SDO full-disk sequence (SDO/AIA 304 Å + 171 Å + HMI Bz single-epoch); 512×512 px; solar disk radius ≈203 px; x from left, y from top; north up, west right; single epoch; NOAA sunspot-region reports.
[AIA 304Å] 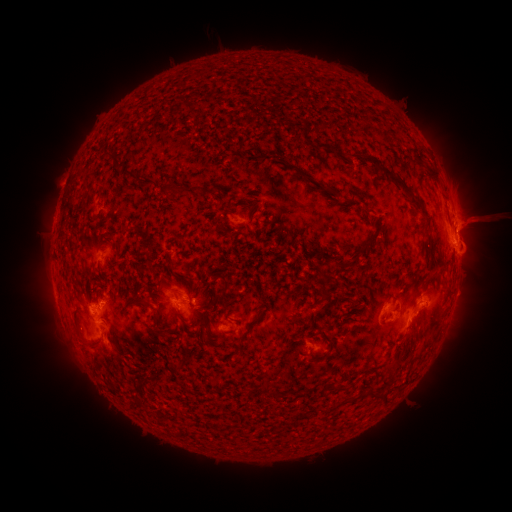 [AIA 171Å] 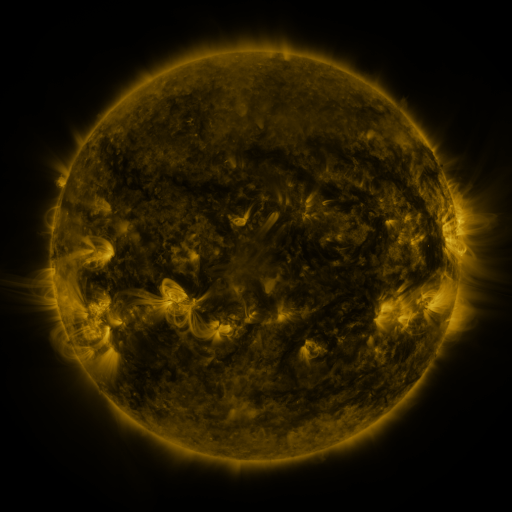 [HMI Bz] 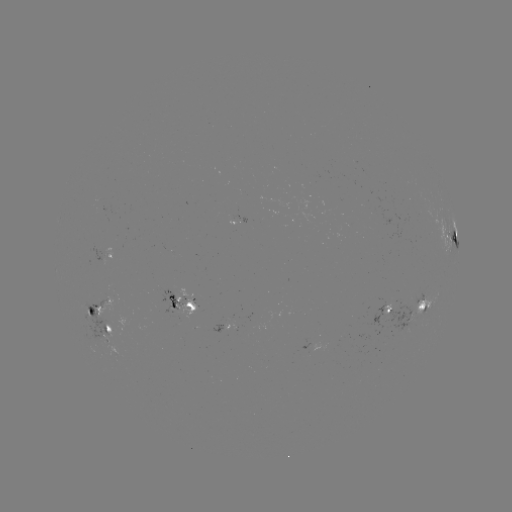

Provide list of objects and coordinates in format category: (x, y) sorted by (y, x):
spotted active region: (453, 238)
spotted active region: (112, 253)
spotted active region: (183, 299)
spotted active region: (421, 307)
spotted active region: (386, 310)
spotted active region: (98, 314)
spotted active region: (108, 325)
spotted active region: (320, 346)
